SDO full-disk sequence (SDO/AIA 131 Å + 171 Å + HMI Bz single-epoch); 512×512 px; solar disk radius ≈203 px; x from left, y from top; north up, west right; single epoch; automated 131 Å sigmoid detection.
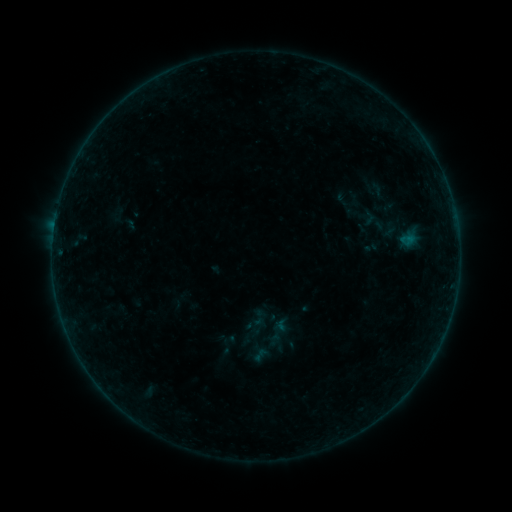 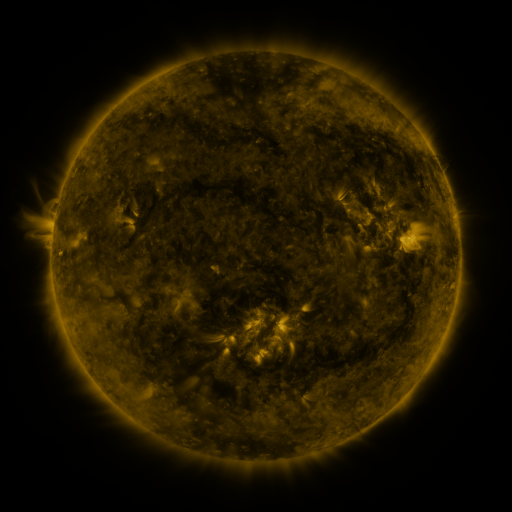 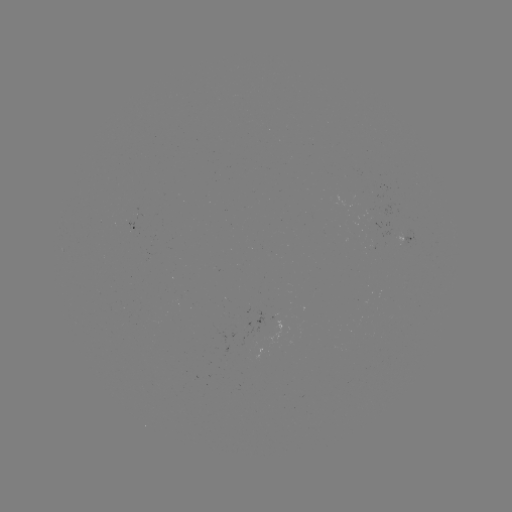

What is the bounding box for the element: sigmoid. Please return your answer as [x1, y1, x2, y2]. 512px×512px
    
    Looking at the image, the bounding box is [249, 308, 269, 328].